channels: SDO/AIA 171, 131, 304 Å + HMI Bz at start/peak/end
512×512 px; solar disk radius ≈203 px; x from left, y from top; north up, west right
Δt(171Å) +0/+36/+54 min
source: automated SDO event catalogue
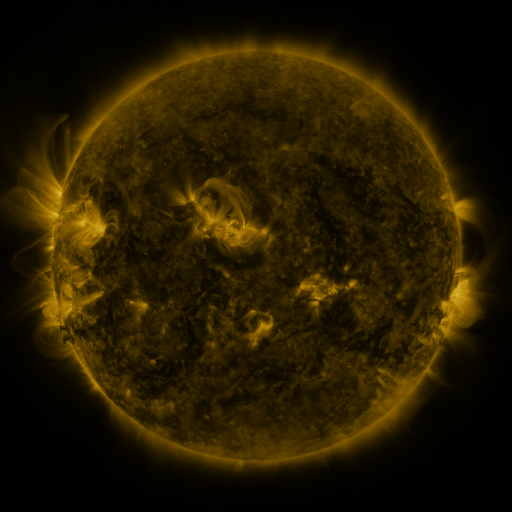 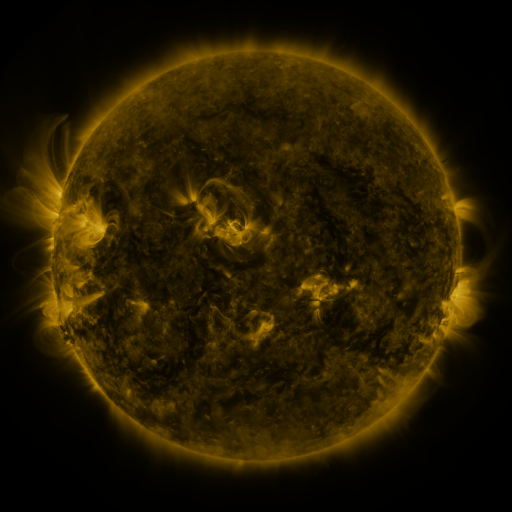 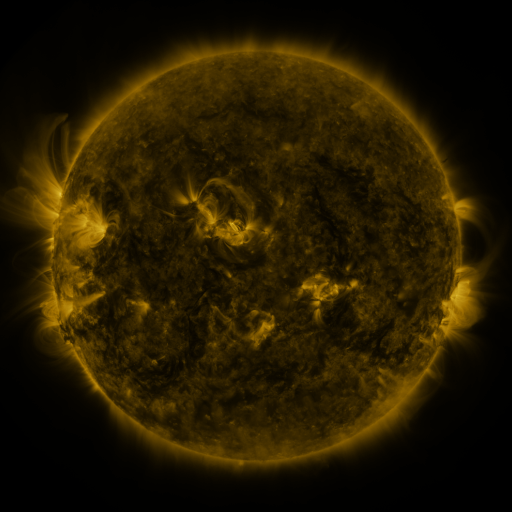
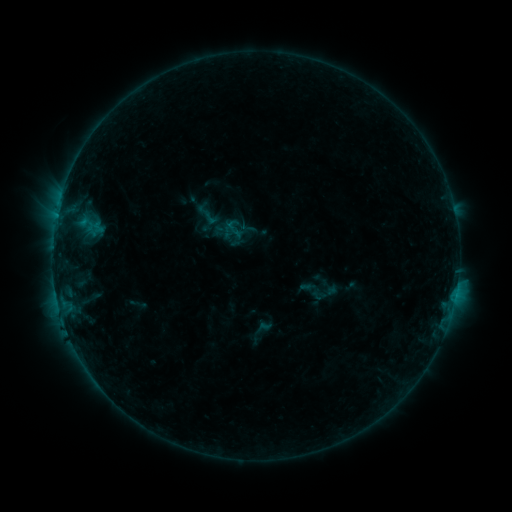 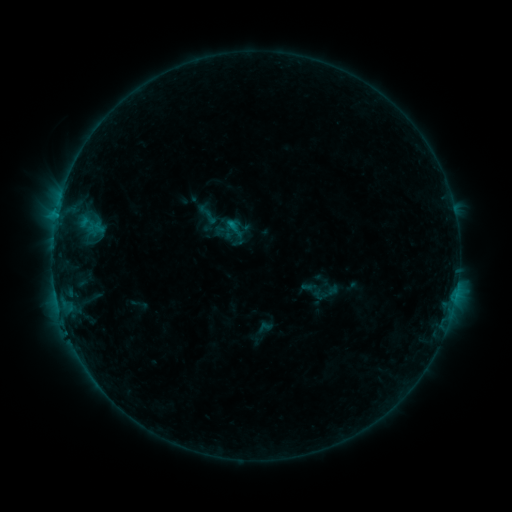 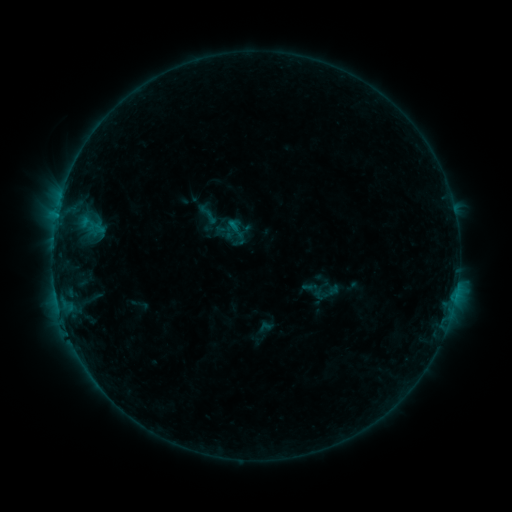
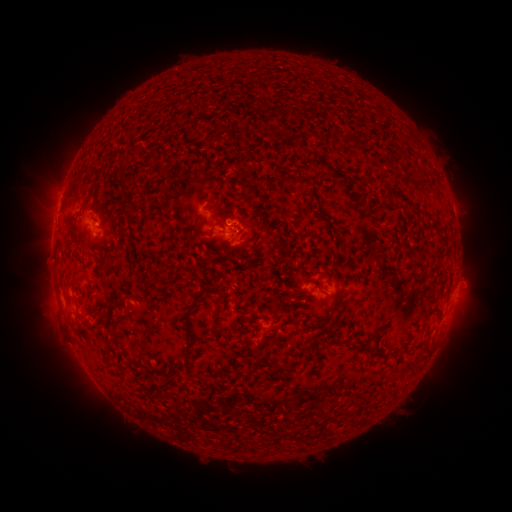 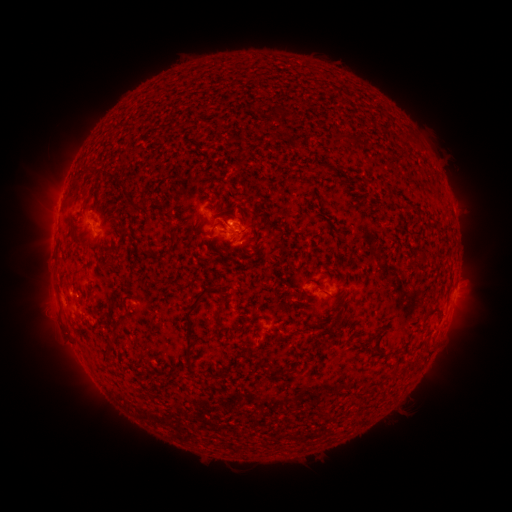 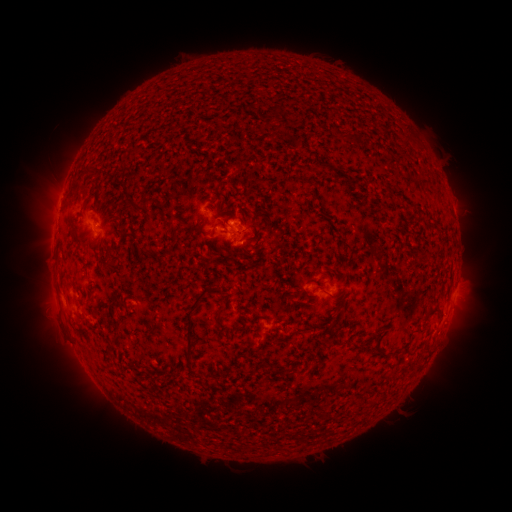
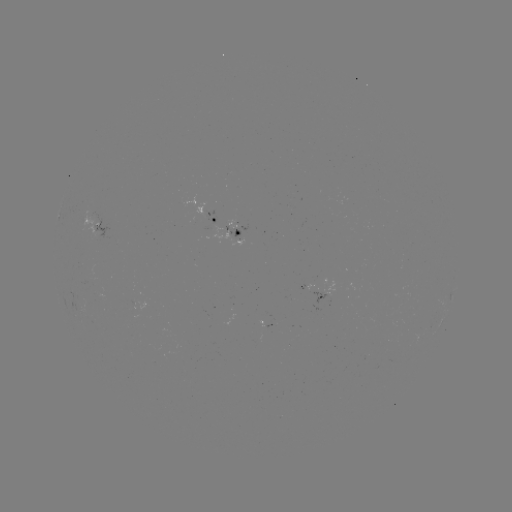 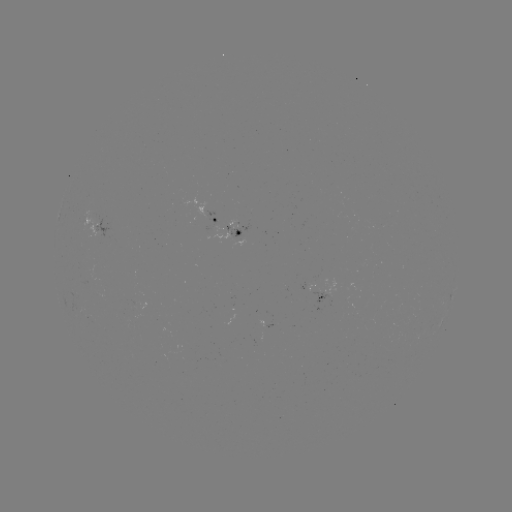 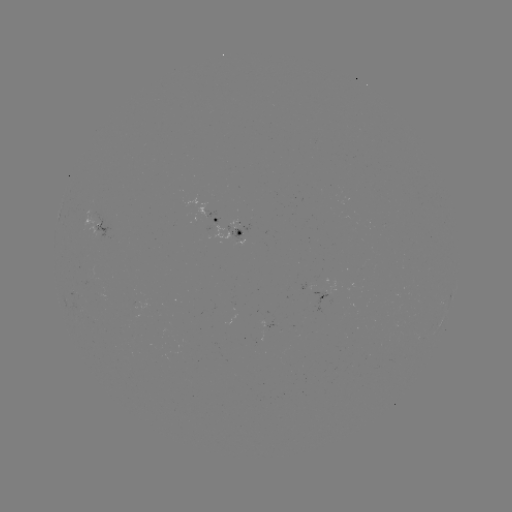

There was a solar flare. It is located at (231, 225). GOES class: B9.7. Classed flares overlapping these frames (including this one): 1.